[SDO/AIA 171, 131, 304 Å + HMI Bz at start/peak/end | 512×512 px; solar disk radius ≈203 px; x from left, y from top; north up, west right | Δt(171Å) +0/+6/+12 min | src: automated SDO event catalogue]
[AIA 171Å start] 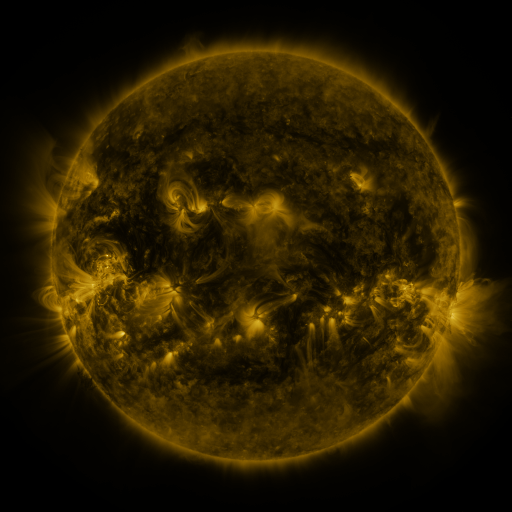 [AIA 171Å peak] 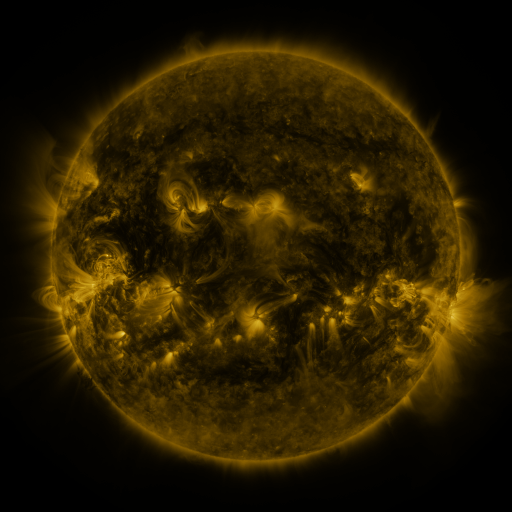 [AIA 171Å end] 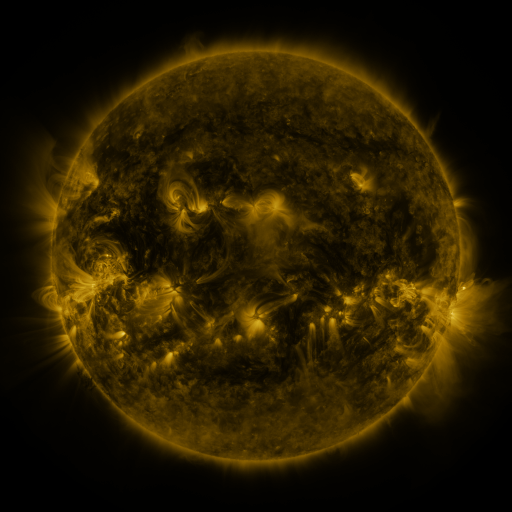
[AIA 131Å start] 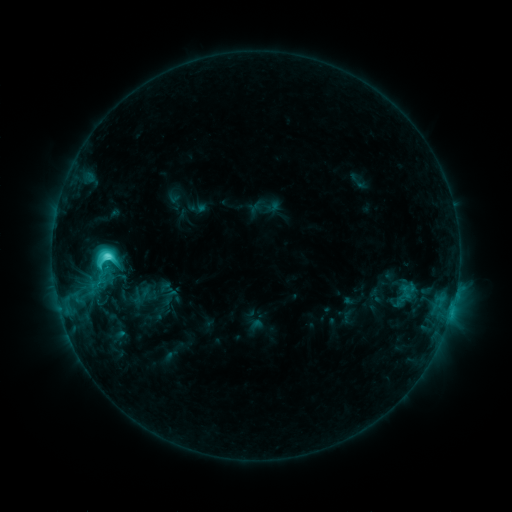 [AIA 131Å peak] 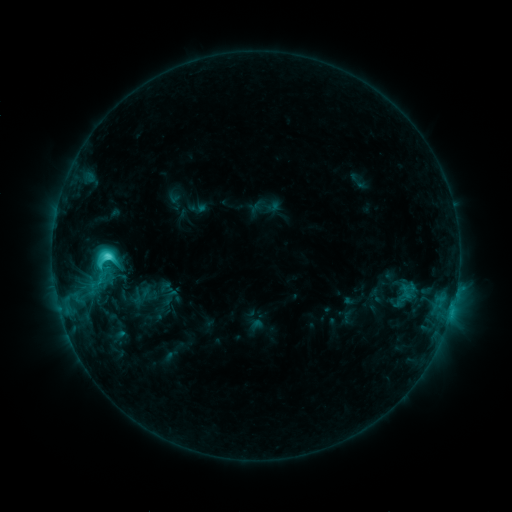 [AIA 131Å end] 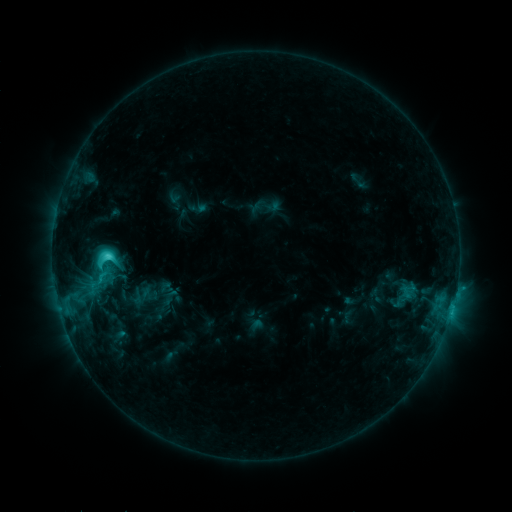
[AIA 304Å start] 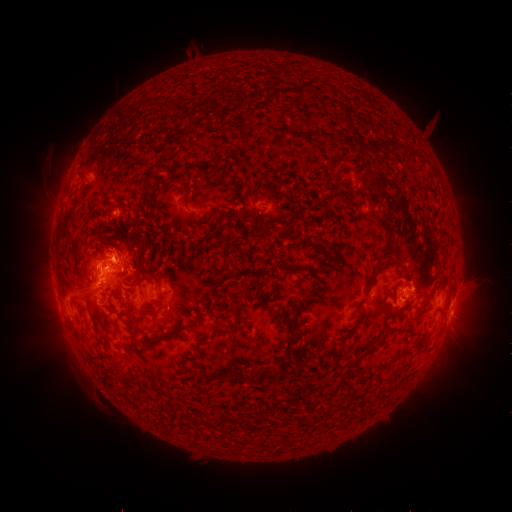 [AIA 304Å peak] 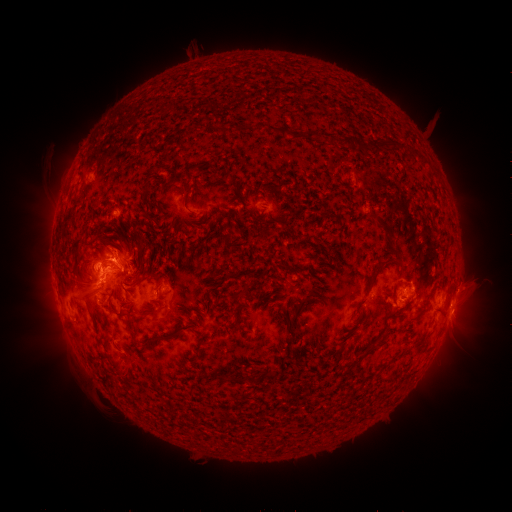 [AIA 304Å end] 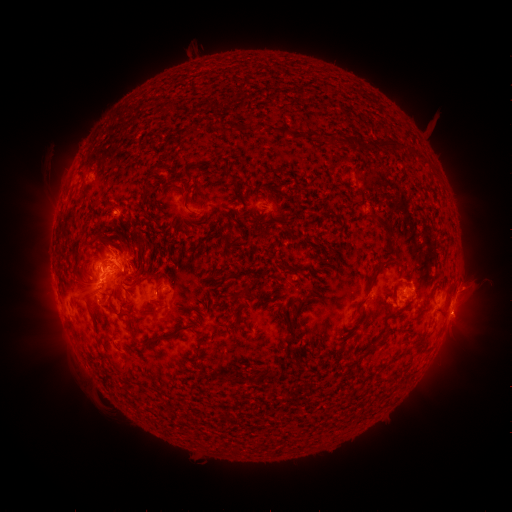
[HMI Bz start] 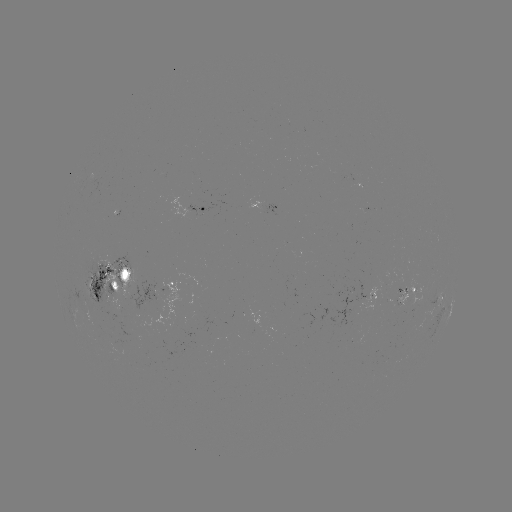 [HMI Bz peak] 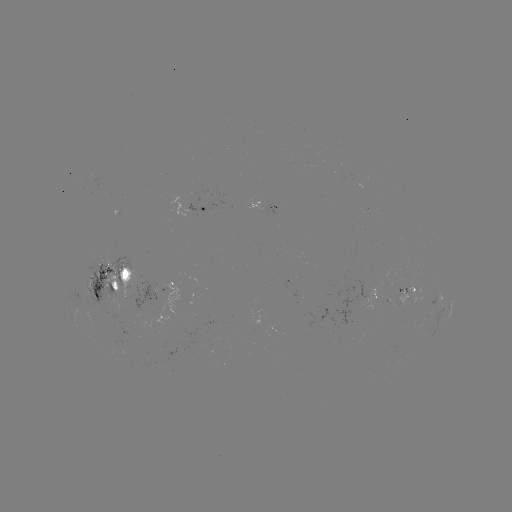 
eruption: (105, 233, 141, 267)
